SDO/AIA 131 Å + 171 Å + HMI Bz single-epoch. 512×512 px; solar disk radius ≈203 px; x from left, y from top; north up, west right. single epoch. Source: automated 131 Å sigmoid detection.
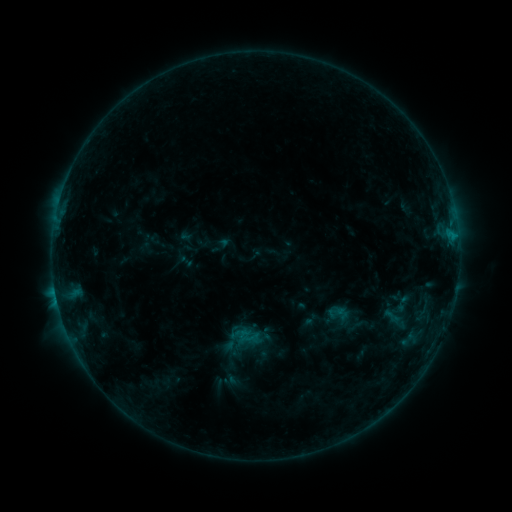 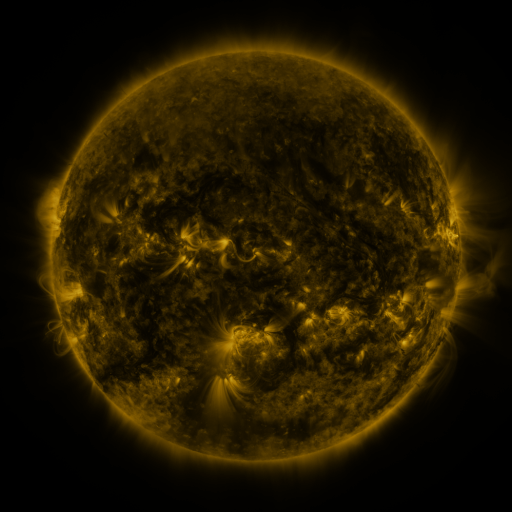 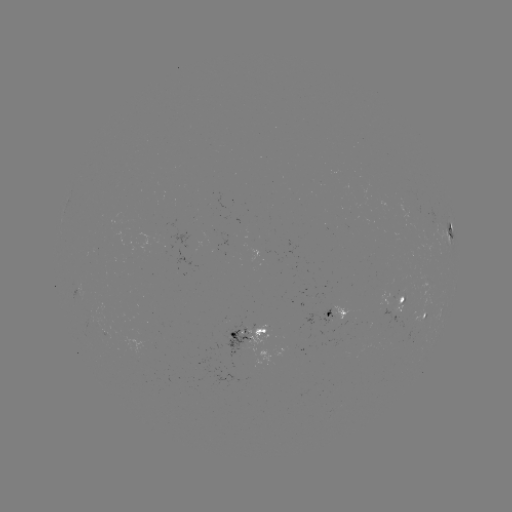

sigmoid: [383, 307, 403, 327]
